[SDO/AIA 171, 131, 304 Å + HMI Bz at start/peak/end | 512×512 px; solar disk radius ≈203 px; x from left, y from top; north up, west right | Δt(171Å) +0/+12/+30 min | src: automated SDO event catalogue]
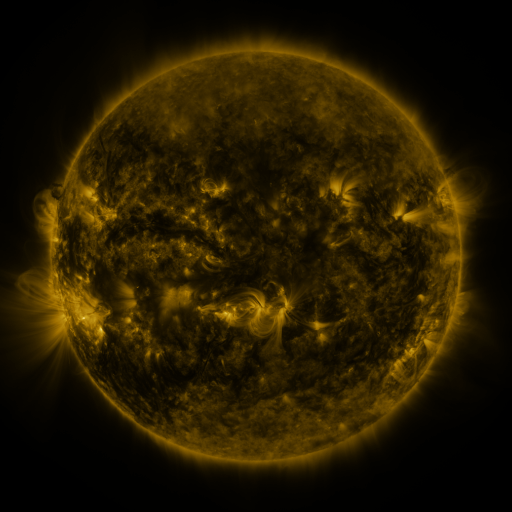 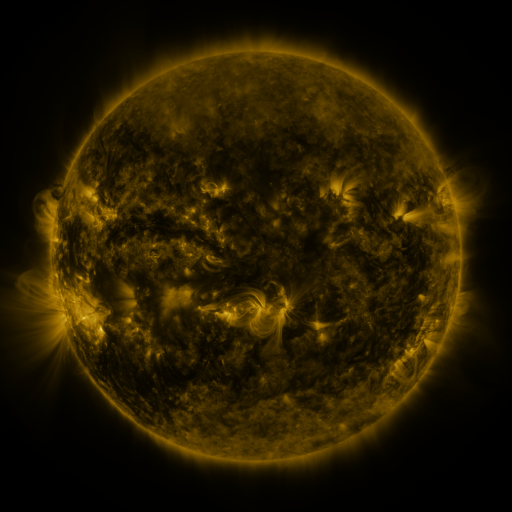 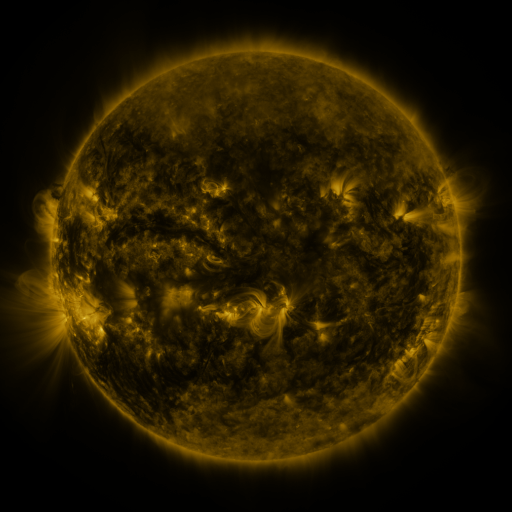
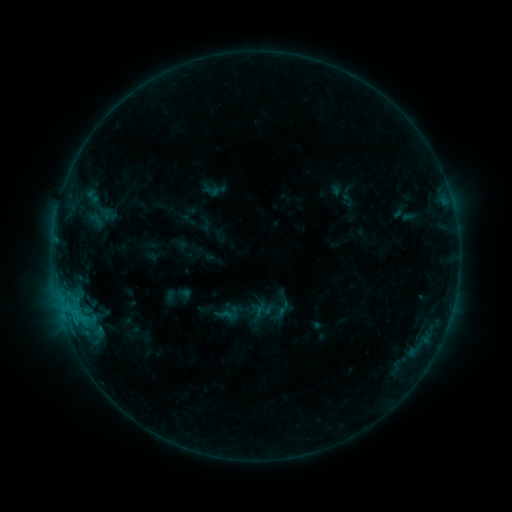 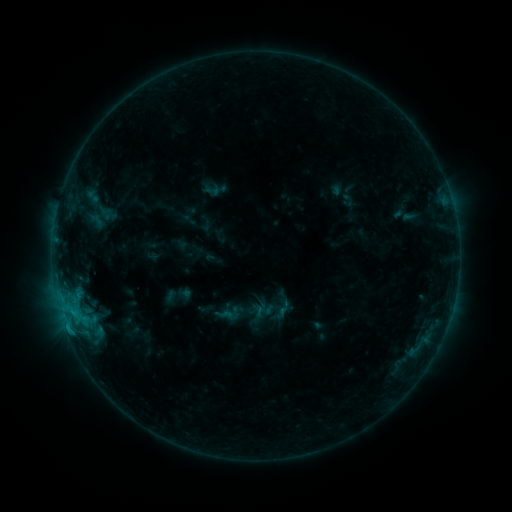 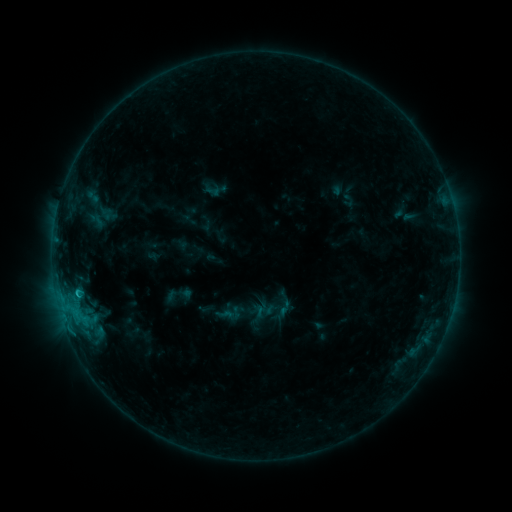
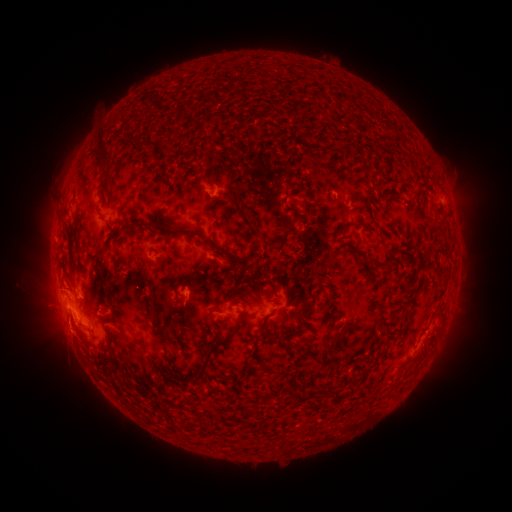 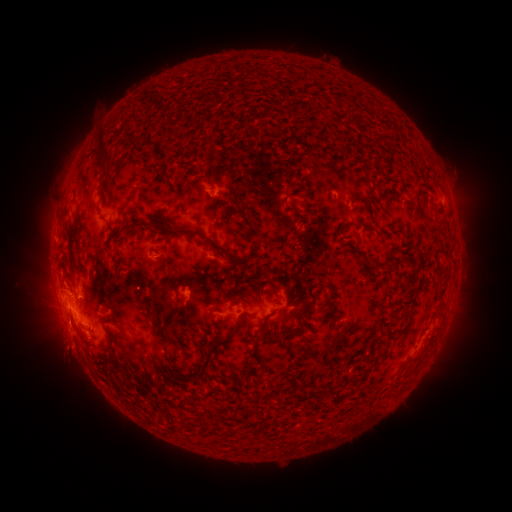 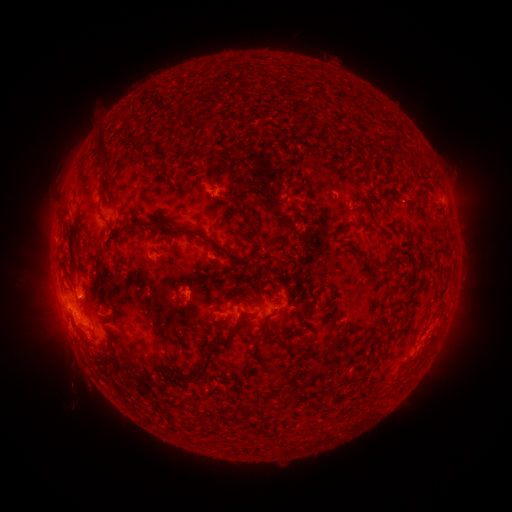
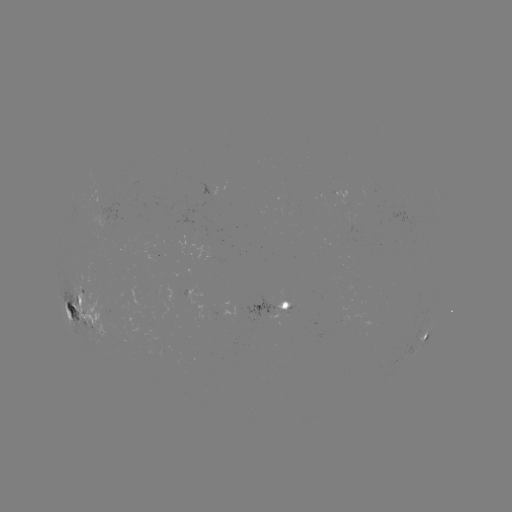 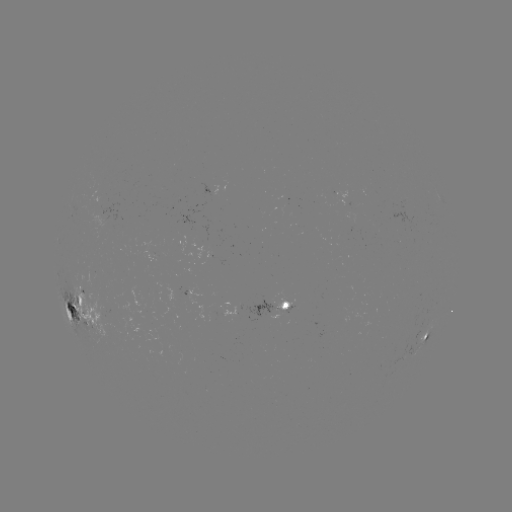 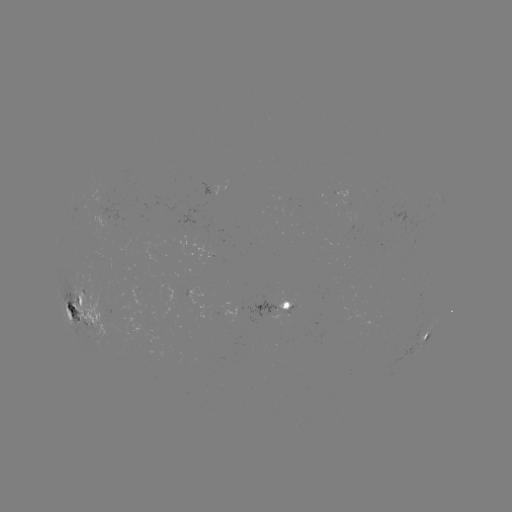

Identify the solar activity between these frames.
eruption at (67, 353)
